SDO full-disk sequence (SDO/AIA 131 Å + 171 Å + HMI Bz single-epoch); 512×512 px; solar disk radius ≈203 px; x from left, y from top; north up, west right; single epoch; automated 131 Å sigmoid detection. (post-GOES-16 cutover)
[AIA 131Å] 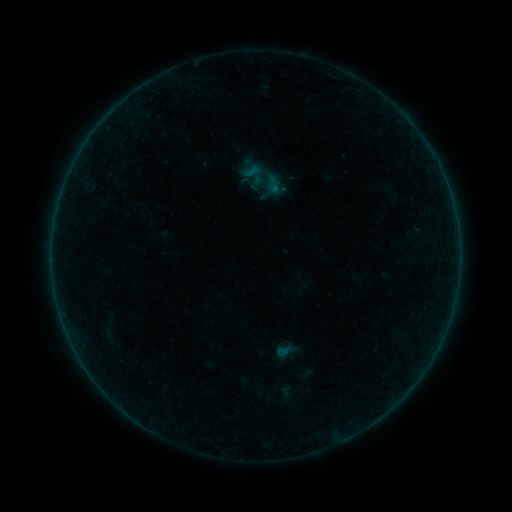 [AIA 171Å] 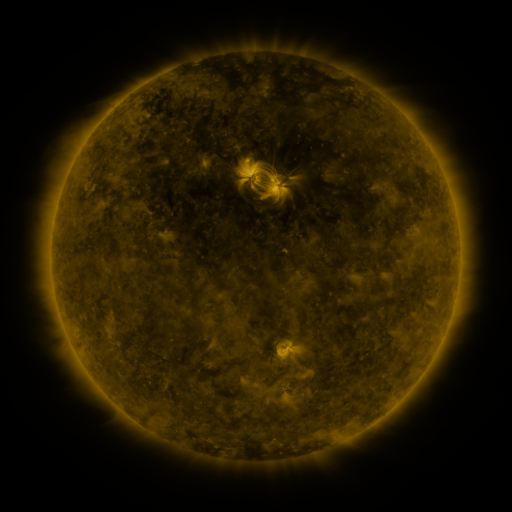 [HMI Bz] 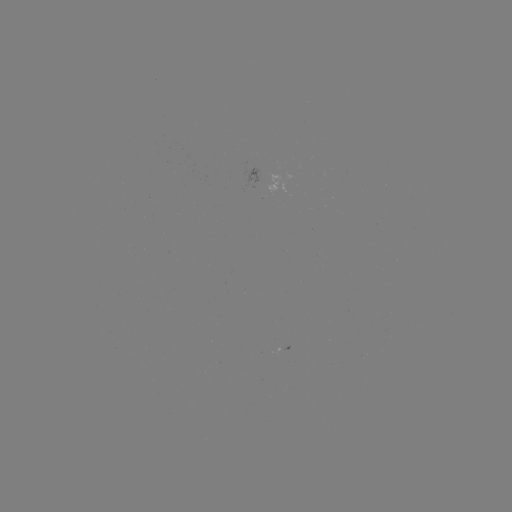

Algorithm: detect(sigmoid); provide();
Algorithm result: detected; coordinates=253,174